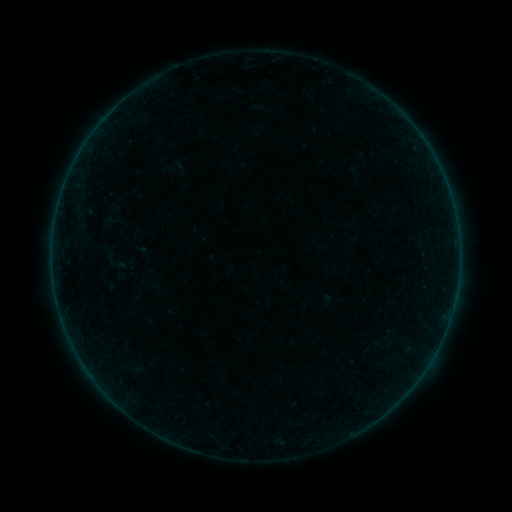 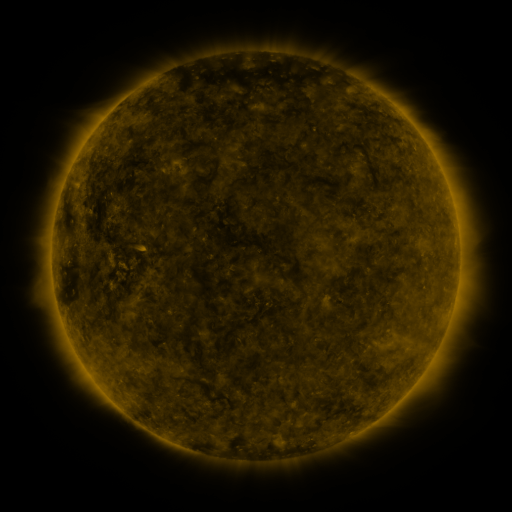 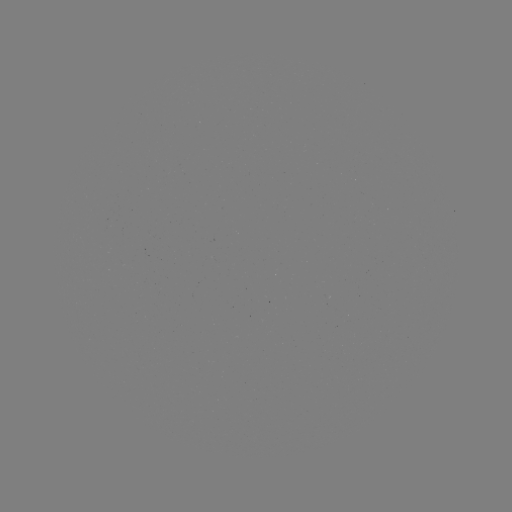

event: sigmoid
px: (126, 263)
